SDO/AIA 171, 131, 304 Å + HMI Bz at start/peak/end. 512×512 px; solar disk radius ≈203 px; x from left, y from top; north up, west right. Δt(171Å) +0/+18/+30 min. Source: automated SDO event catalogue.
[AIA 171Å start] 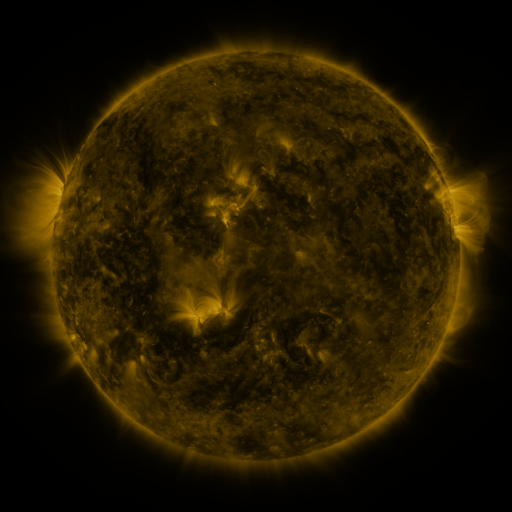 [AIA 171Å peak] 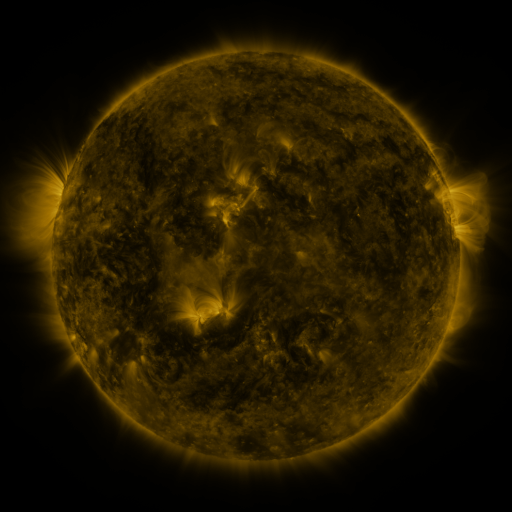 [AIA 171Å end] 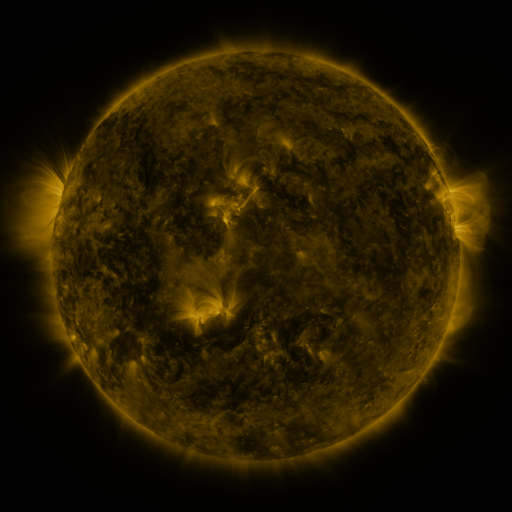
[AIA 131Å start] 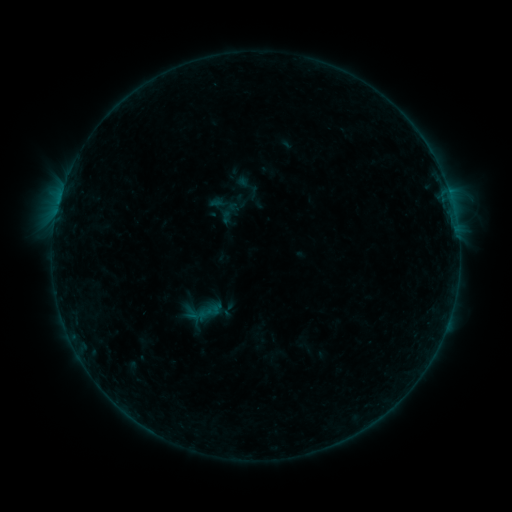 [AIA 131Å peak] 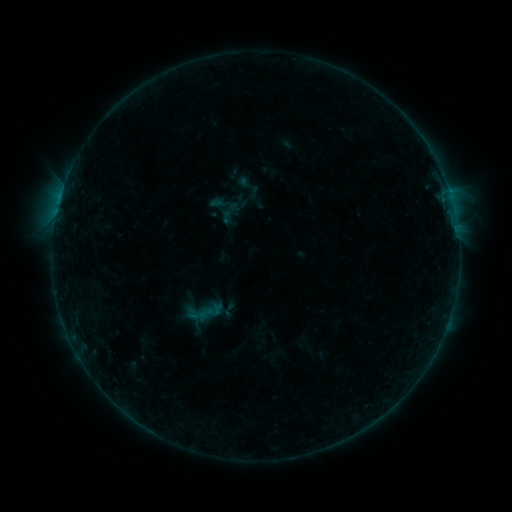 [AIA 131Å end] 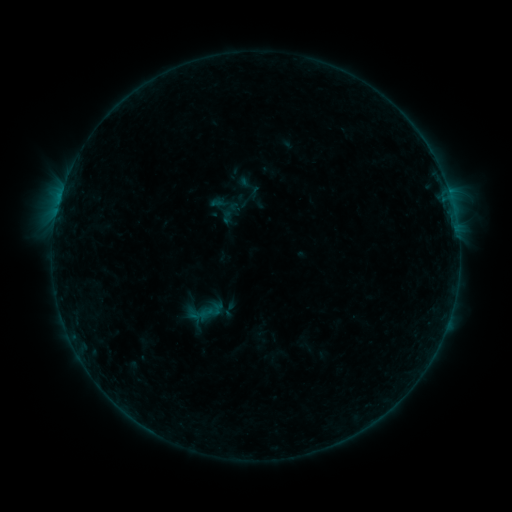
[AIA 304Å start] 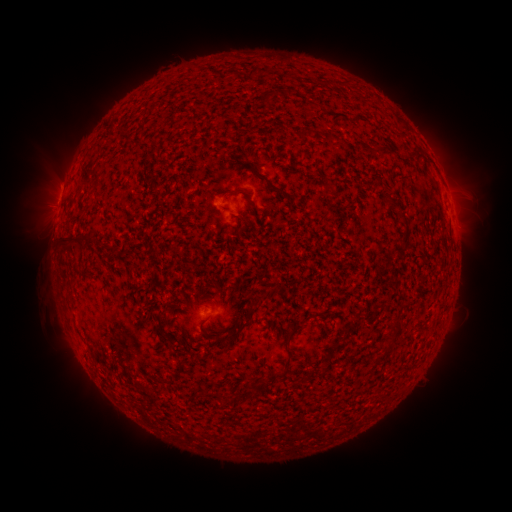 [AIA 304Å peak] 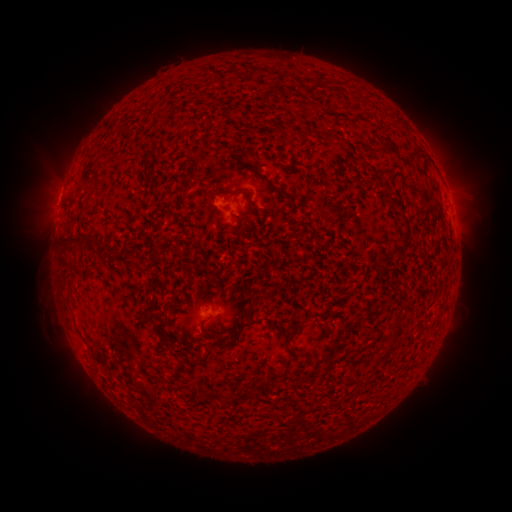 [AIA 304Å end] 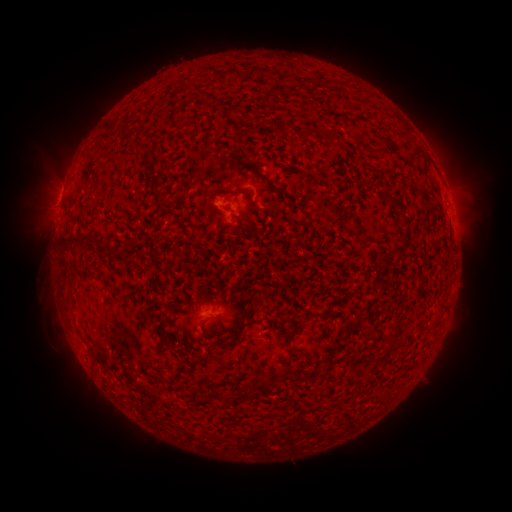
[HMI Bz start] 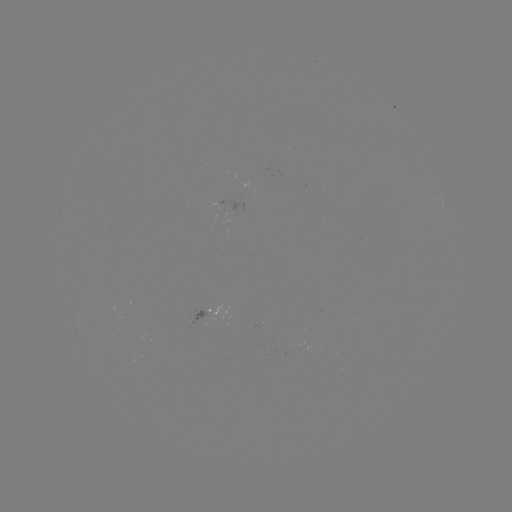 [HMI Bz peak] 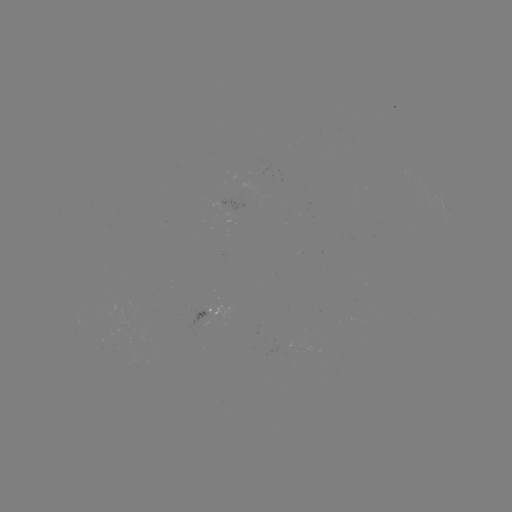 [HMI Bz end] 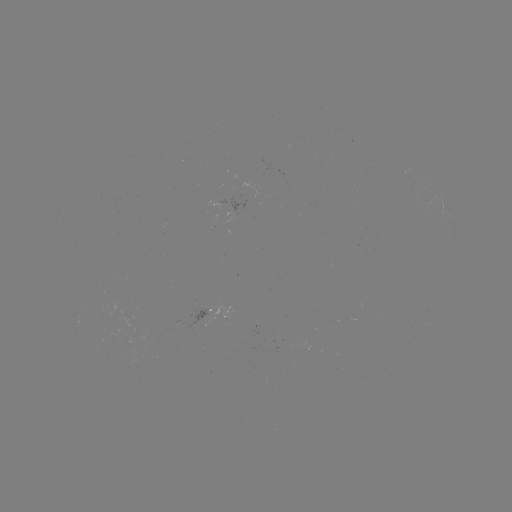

no catalogued flare and no flagged EUV brightening in this window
